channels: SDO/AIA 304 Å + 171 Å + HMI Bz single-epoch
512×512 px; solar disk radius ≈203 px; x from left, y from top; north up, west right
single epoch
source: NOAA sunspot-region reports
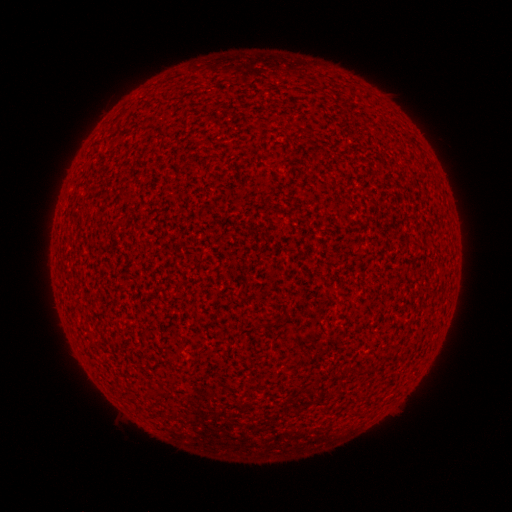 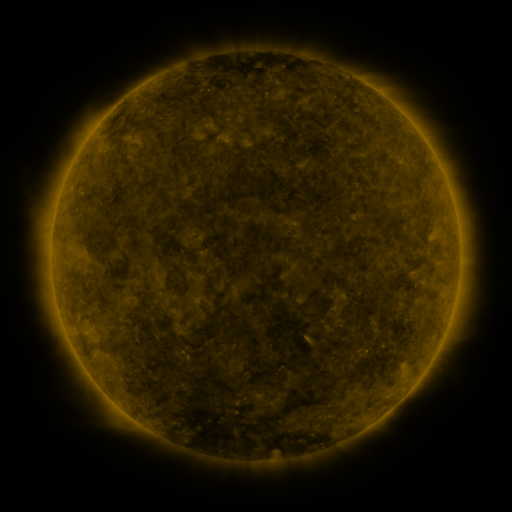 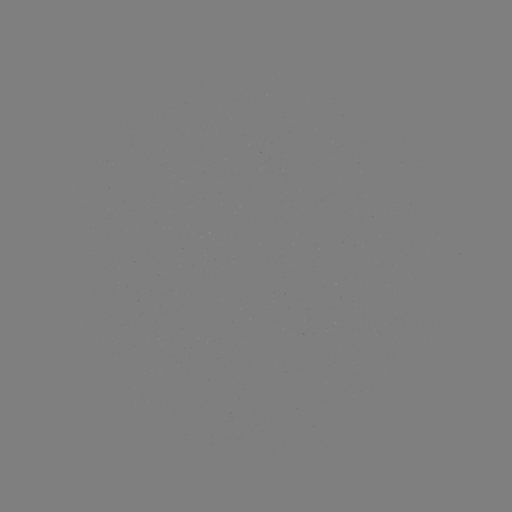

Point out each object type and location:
(none)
